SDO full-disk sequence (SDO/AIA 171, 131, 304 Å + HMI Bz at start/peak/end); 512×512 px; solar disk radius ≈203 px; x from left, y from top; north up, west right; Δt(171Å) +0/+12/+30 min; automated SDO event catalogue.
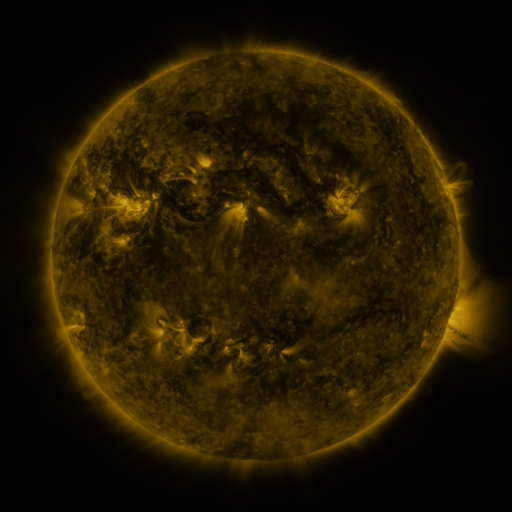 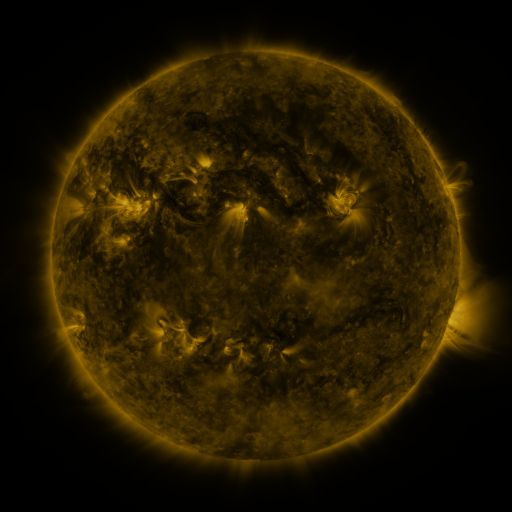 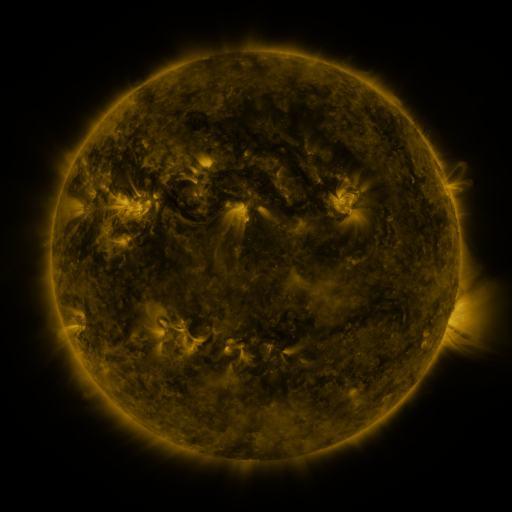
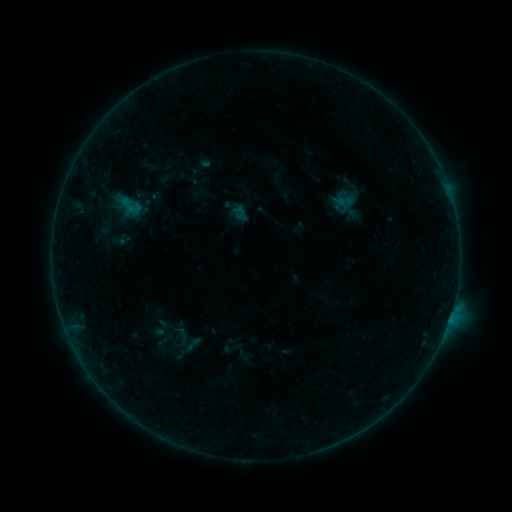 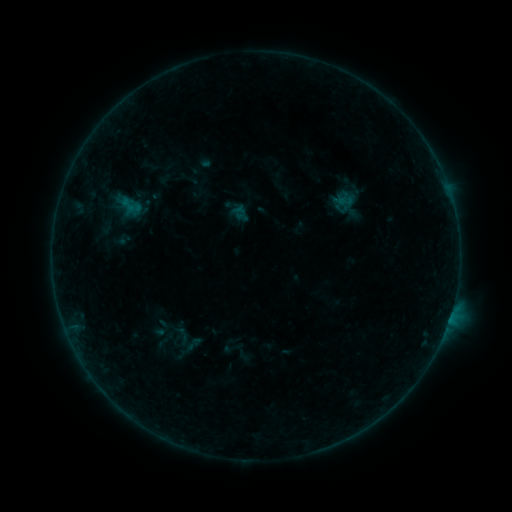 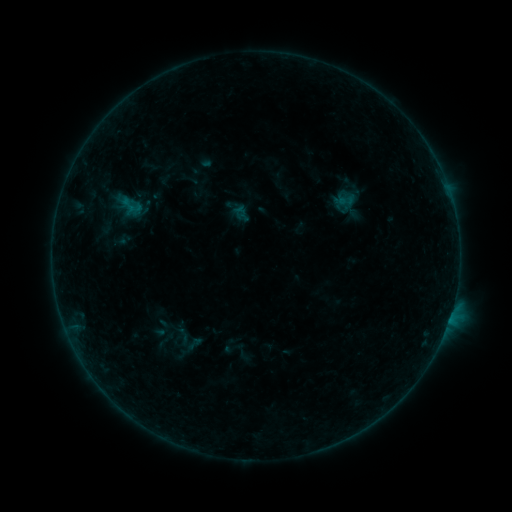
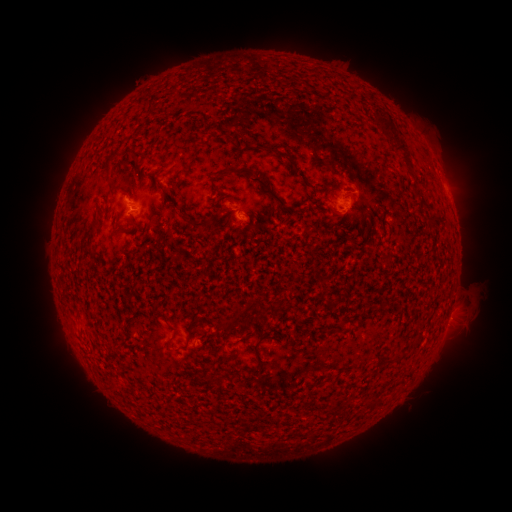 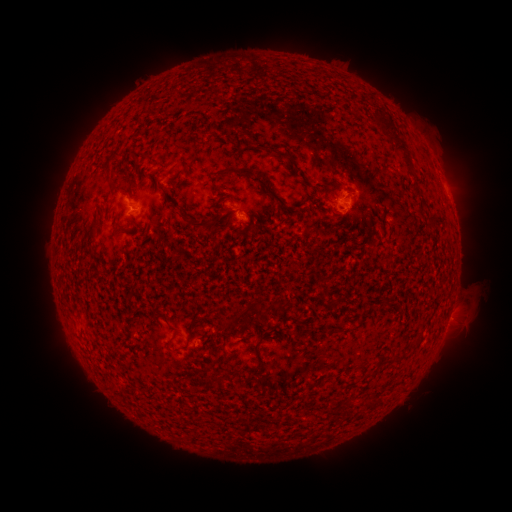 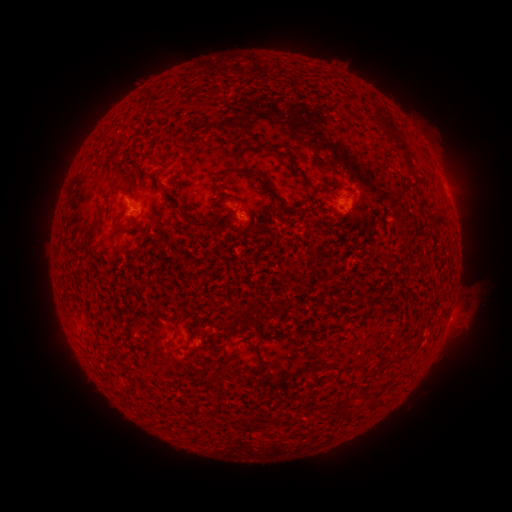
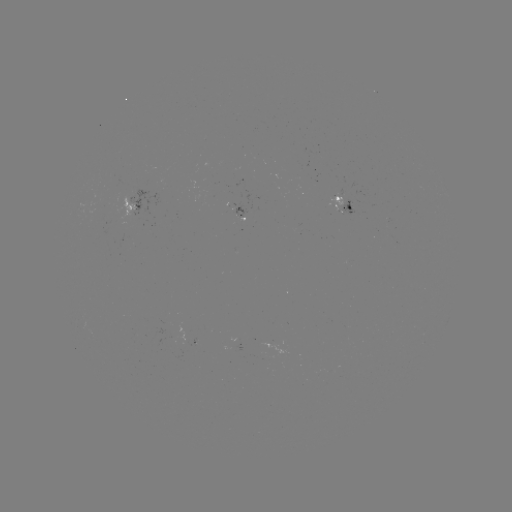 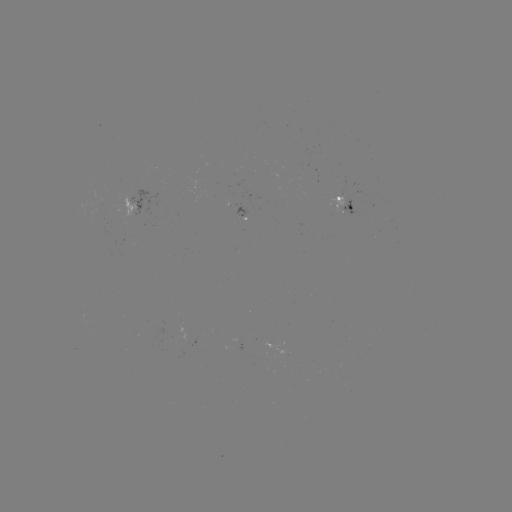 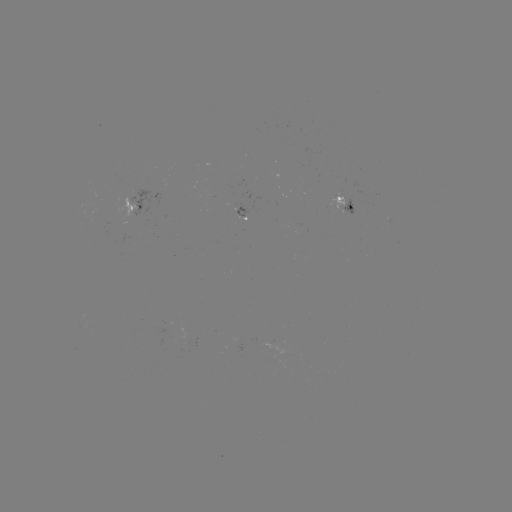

no classed flare was catalogued and no EUV brightening was flagged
